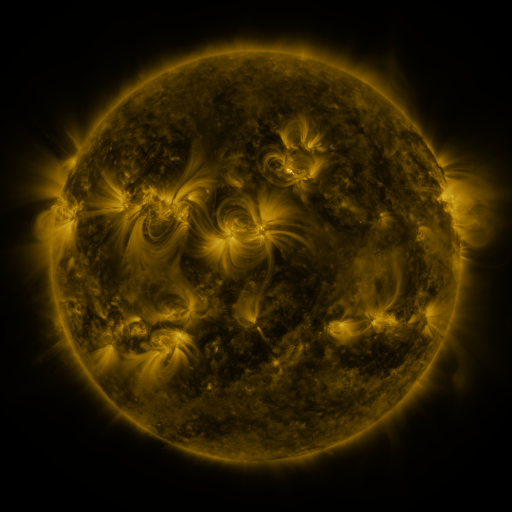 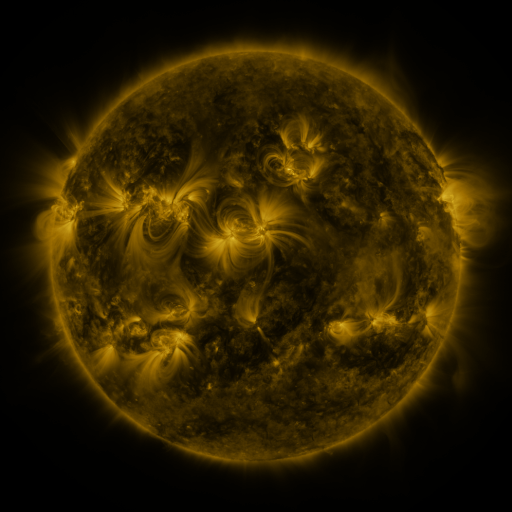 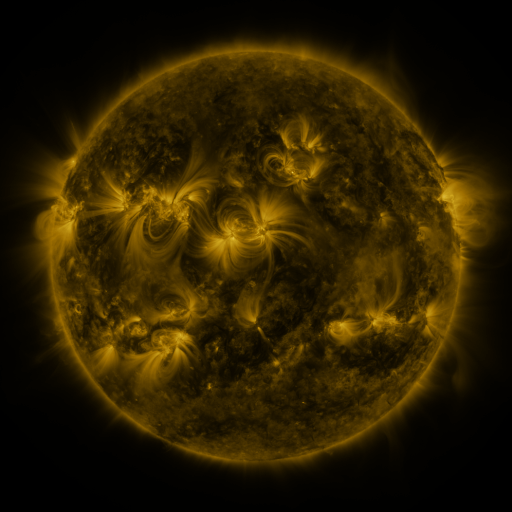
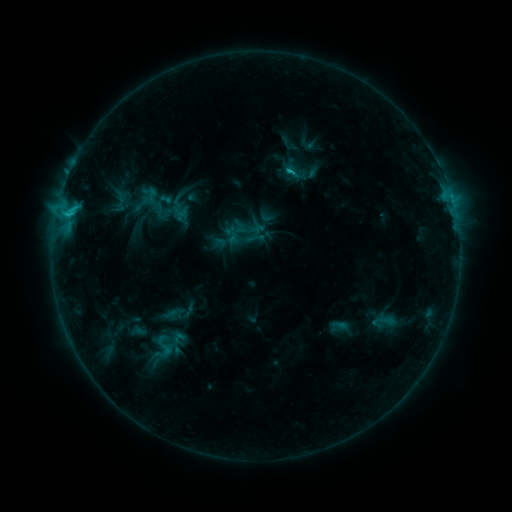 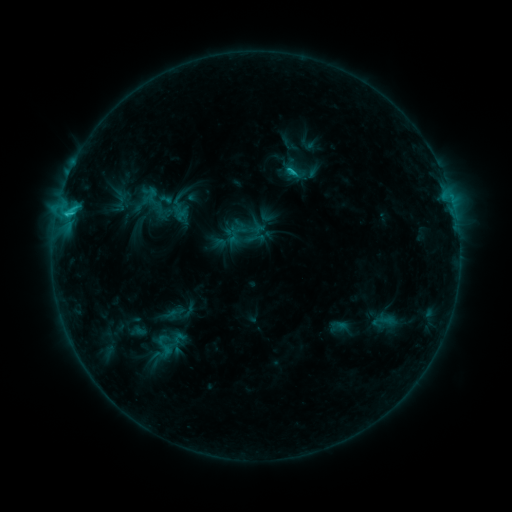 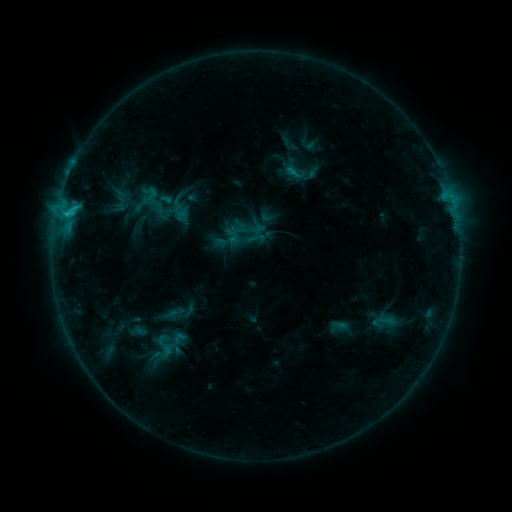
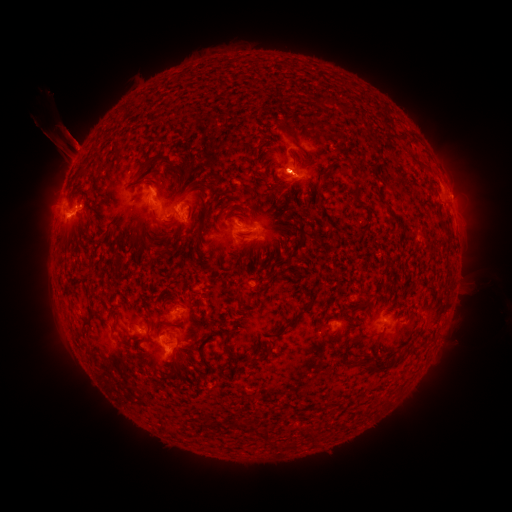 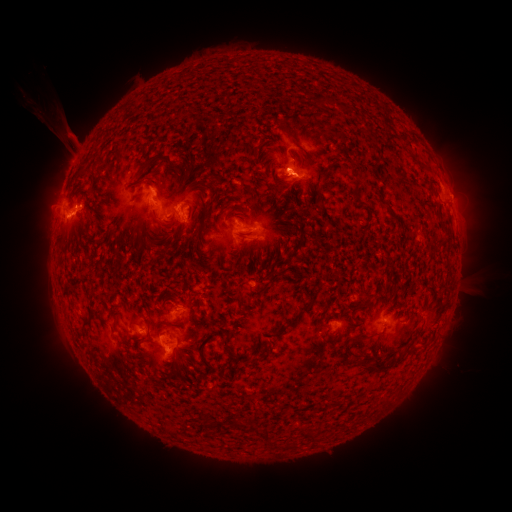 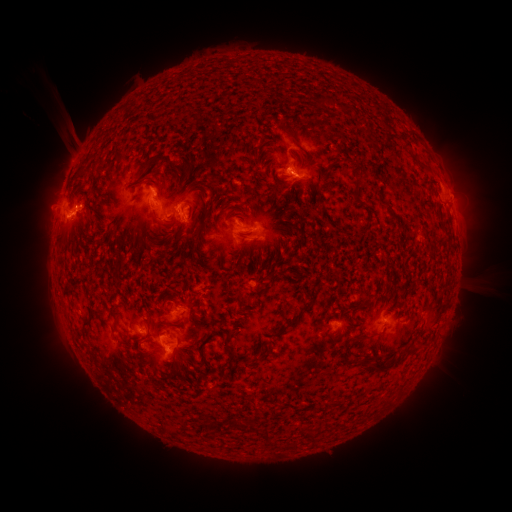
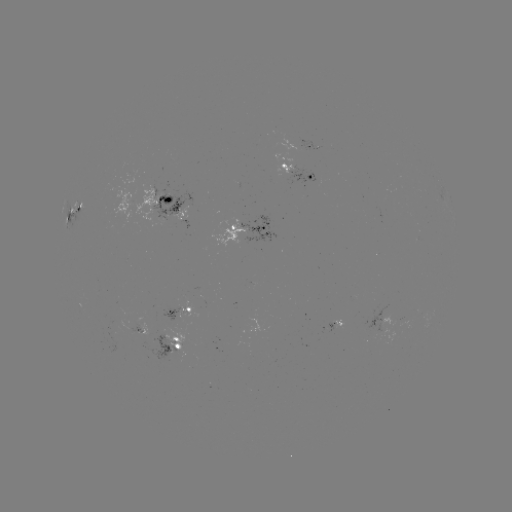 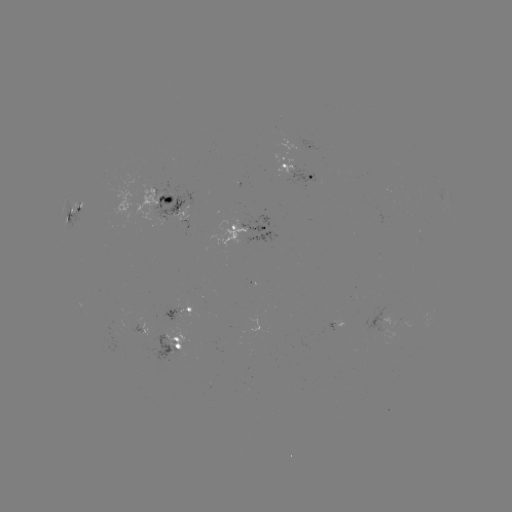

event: flare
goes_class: C2.0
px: (289, 174)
